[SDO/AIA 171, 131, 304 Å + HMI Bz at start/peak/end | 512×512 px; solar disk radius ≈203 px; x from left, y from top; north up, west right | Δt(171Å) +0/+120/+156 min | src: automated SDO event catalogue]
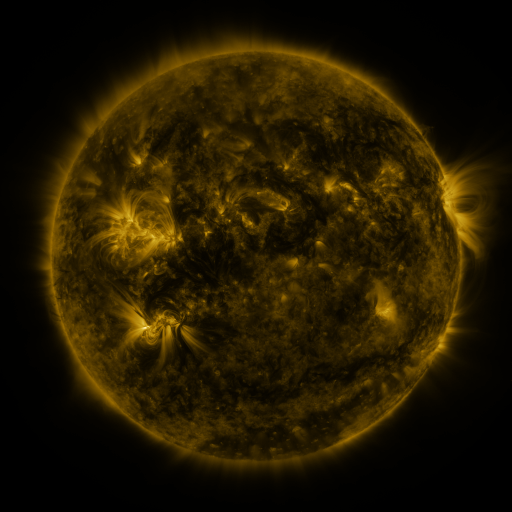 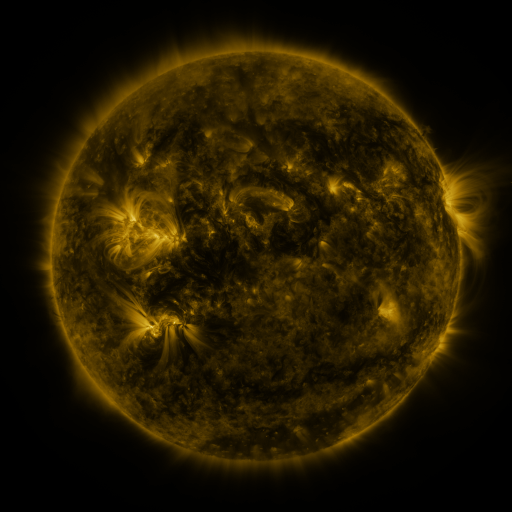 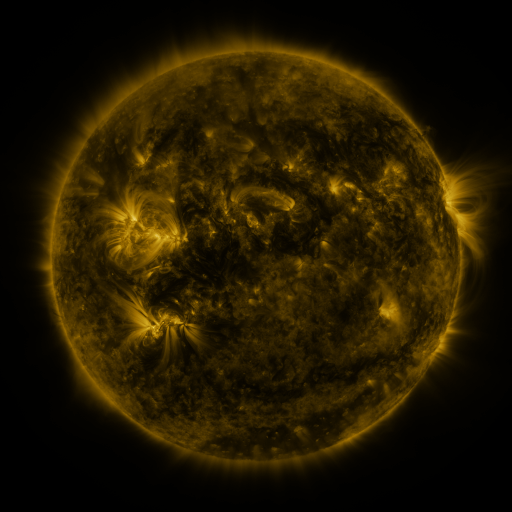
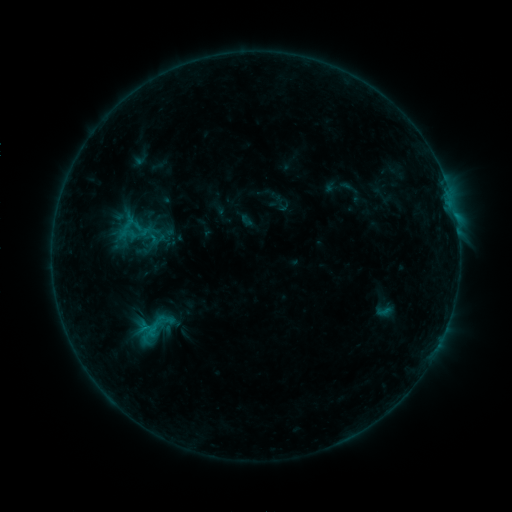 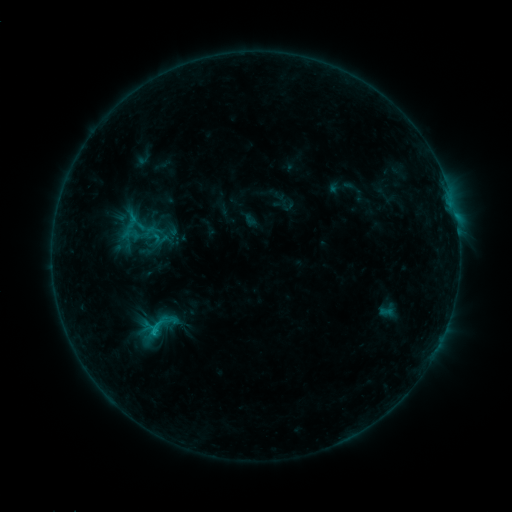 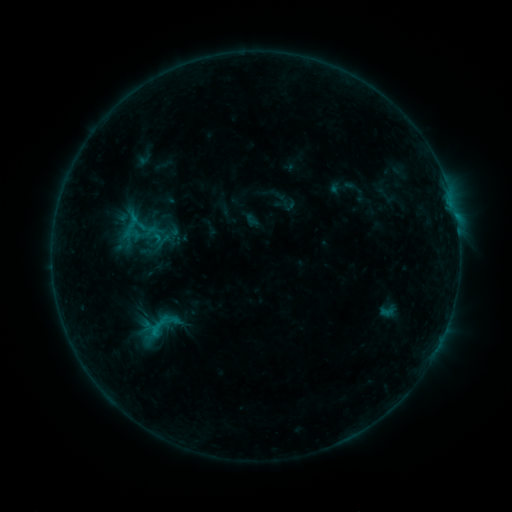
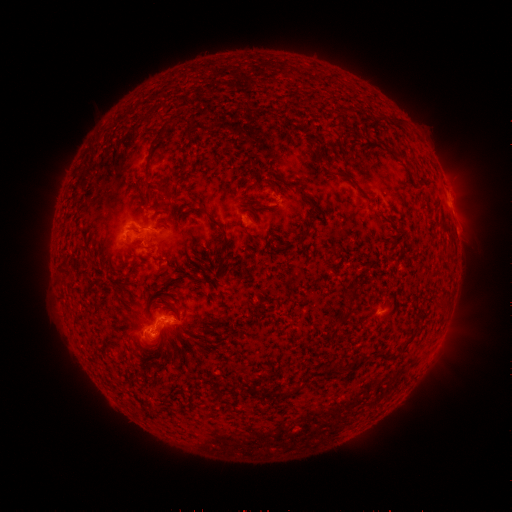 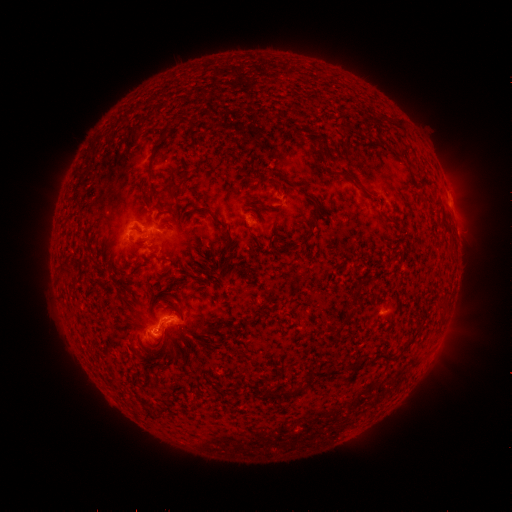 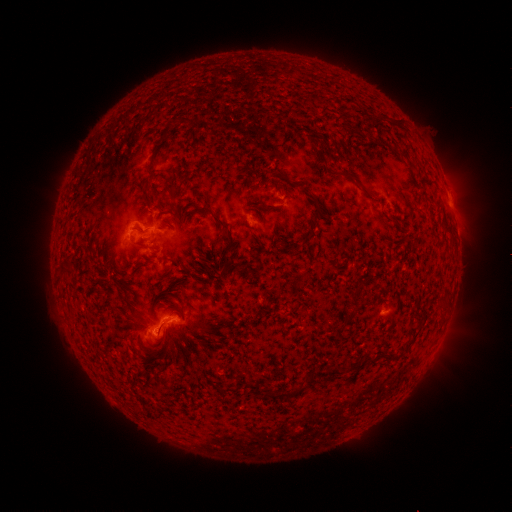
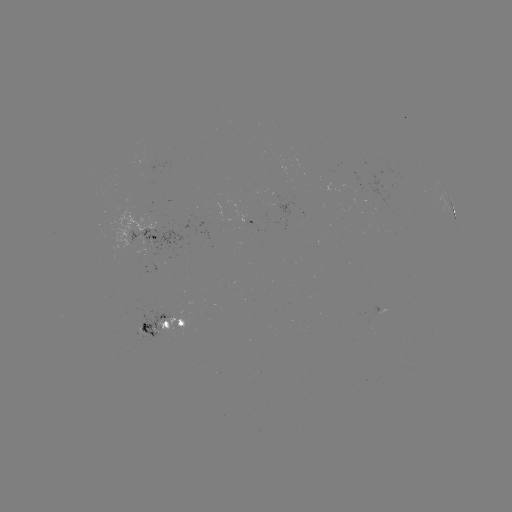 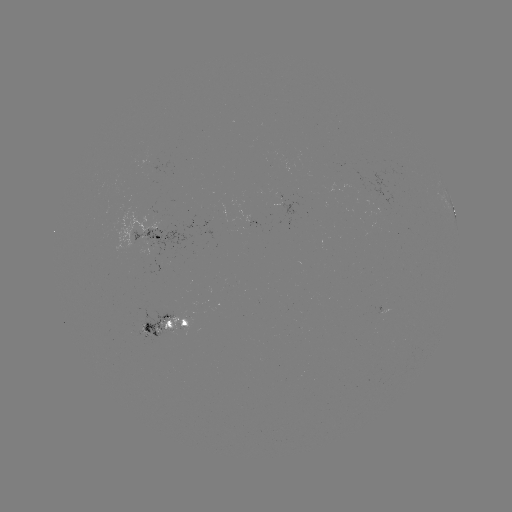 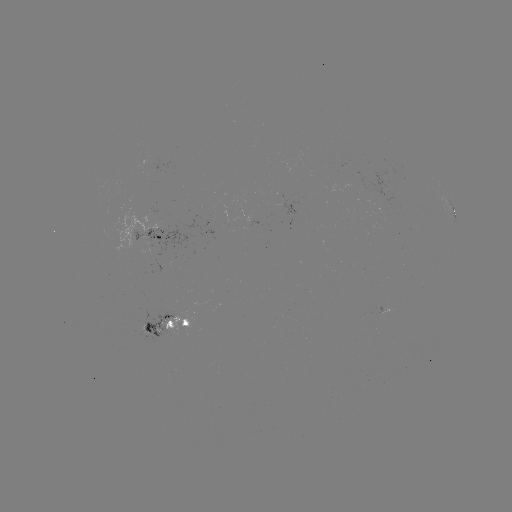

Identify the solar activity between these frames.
emerging-flux region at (159, 267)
